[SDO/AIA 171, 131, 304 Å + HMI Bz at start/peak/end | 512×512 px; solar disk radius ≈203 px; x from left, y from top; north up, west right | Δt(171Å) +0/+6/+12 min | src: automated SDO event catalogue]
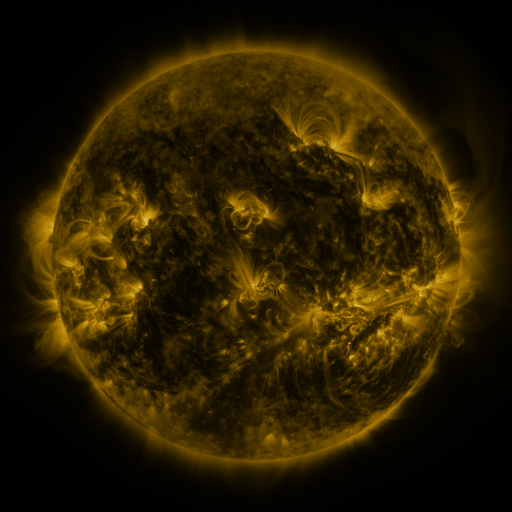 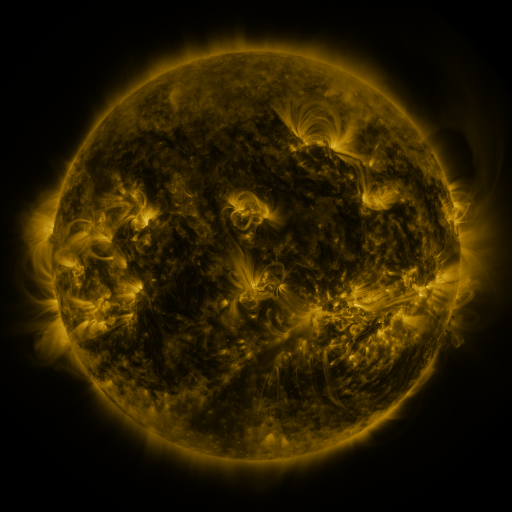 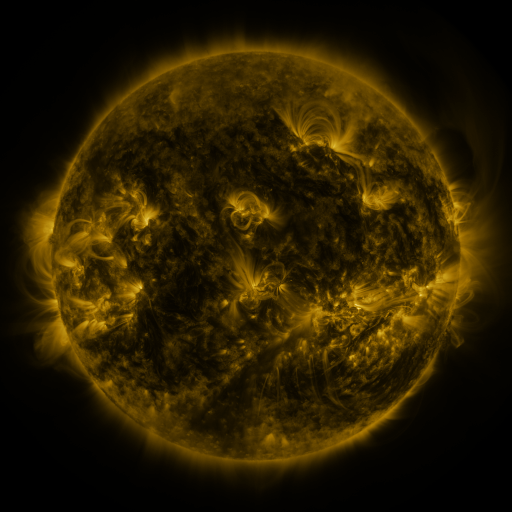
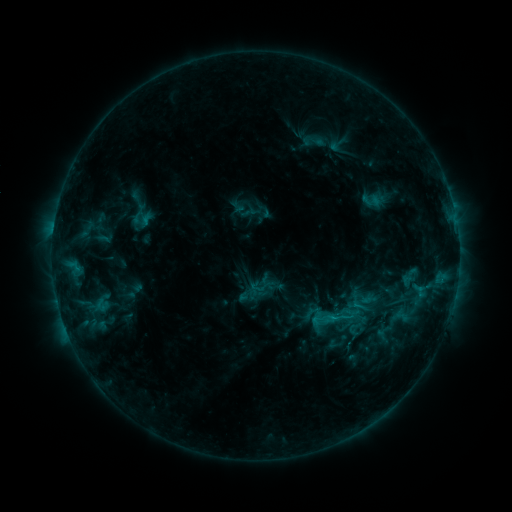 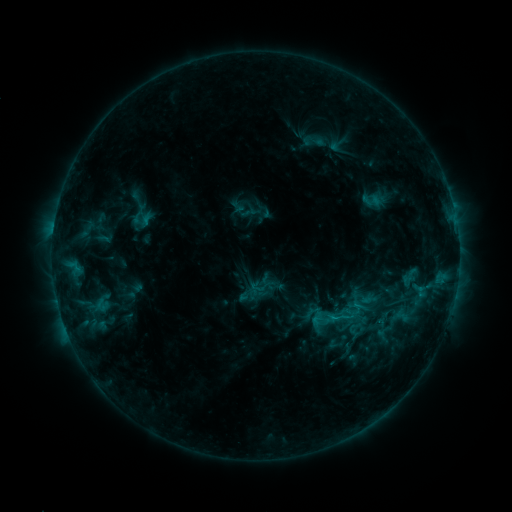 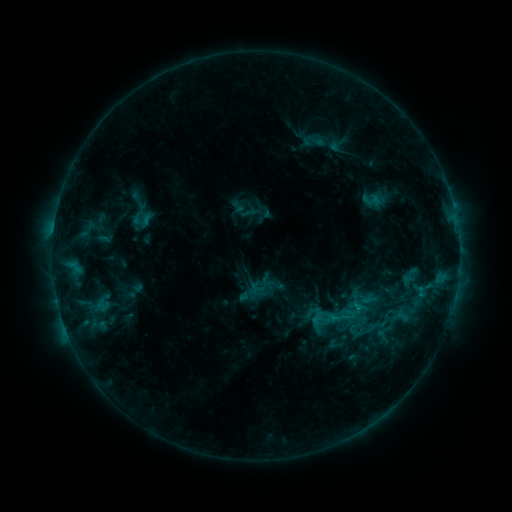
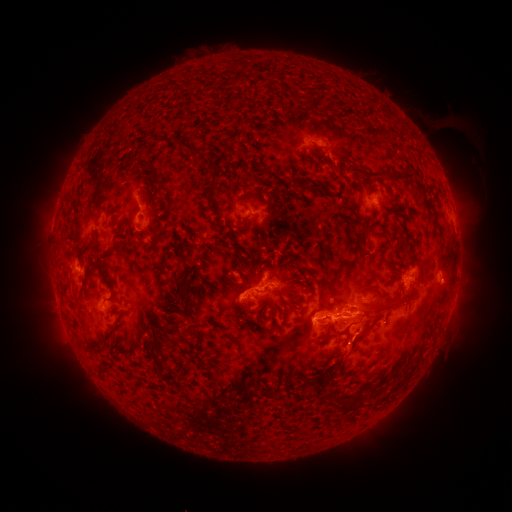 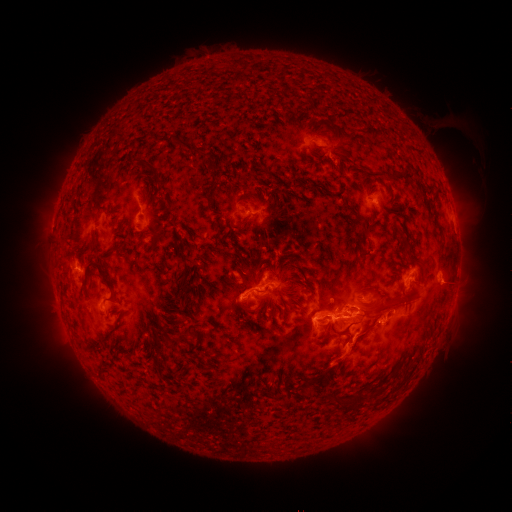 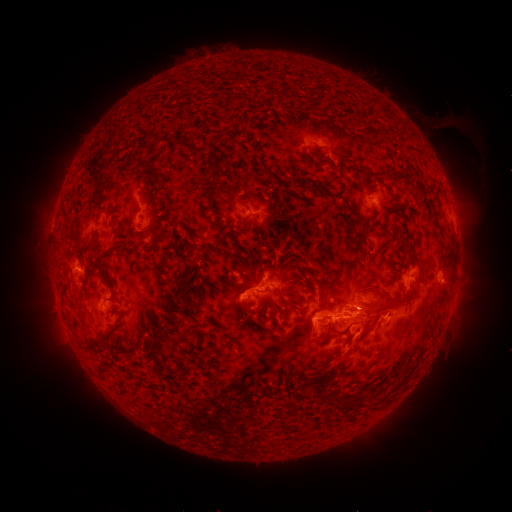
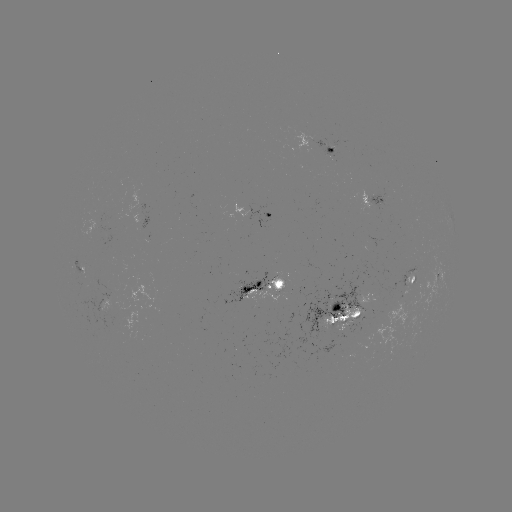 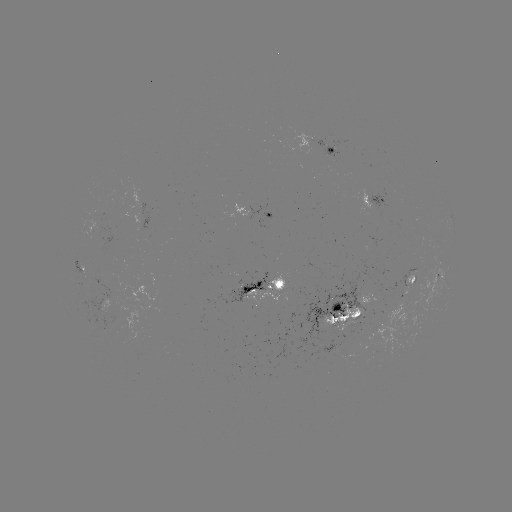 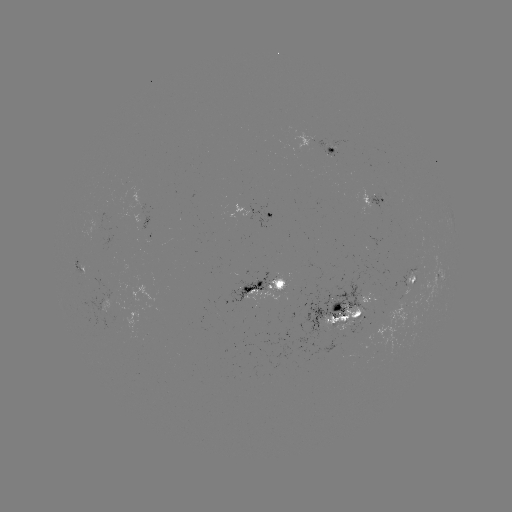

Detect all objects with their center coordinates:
eruption: (350, 355)
